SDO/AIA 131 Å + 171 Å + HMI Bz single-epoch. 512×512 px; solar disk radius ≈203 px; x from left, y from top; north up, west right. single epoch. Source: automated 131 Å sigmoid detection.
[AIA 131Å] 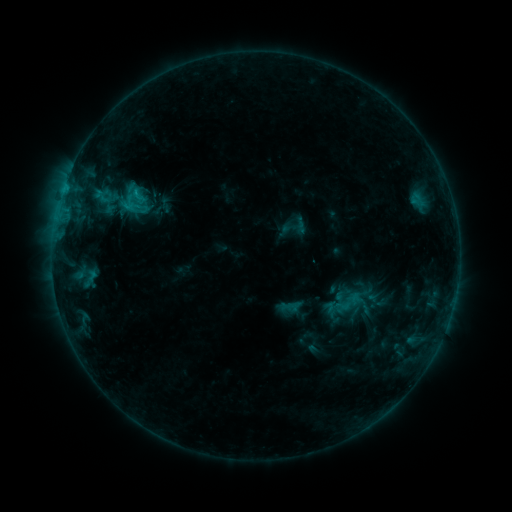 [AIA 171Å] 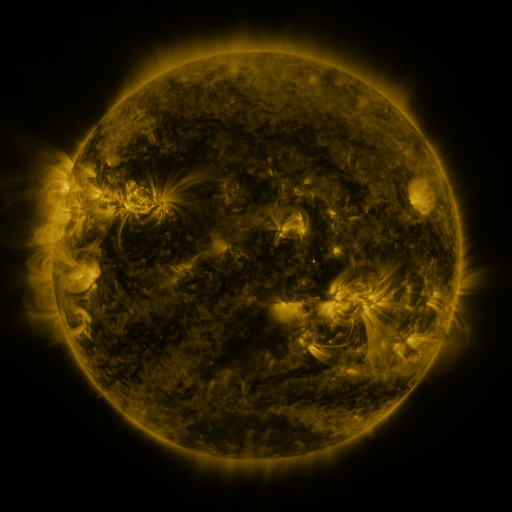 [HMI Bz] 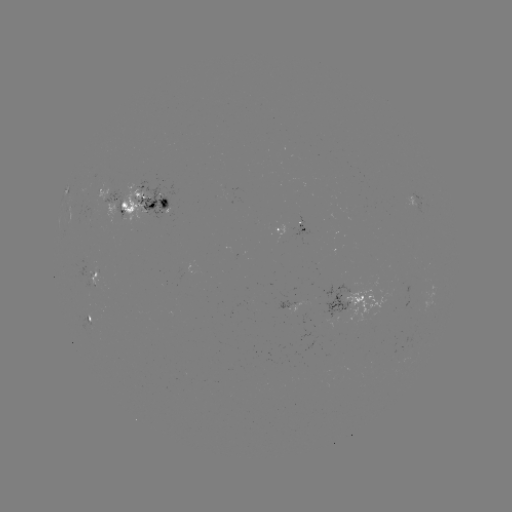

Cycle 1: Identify sigmoid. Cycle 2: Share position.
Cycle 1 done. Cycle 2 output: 135,193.